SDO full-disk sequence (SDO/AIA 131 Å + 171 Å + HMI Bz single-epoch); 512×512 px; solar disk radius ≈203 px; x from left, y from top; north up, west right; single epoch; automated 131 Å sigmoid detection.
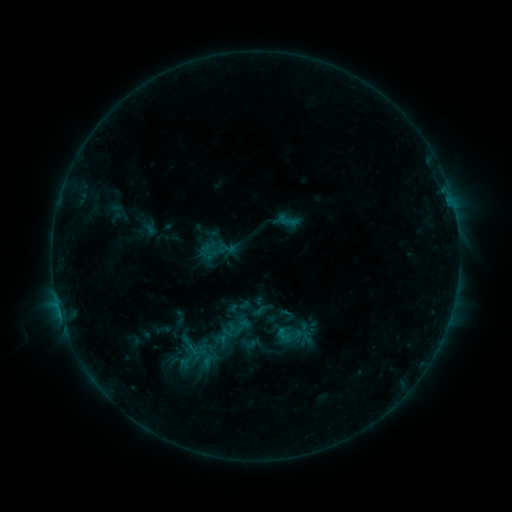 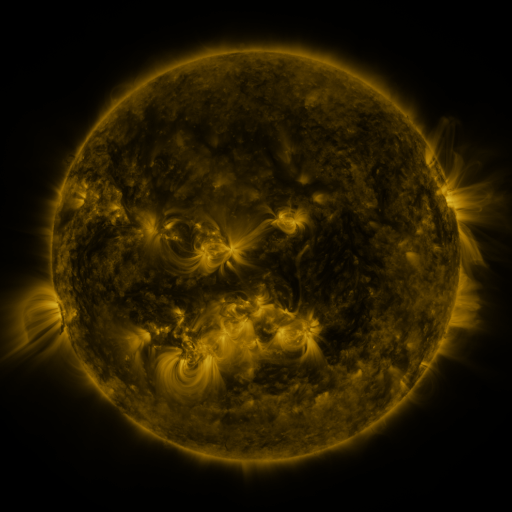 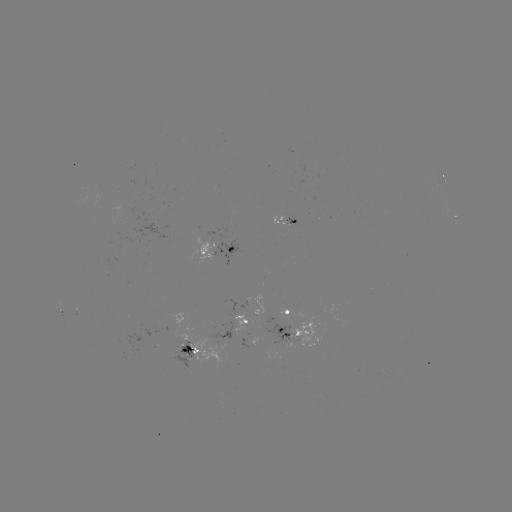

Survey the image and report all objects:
sigmoid: <bbox>277, 305, 296, 324</bbox>
